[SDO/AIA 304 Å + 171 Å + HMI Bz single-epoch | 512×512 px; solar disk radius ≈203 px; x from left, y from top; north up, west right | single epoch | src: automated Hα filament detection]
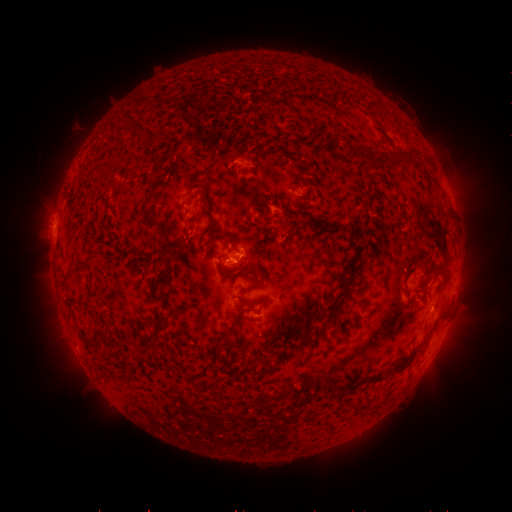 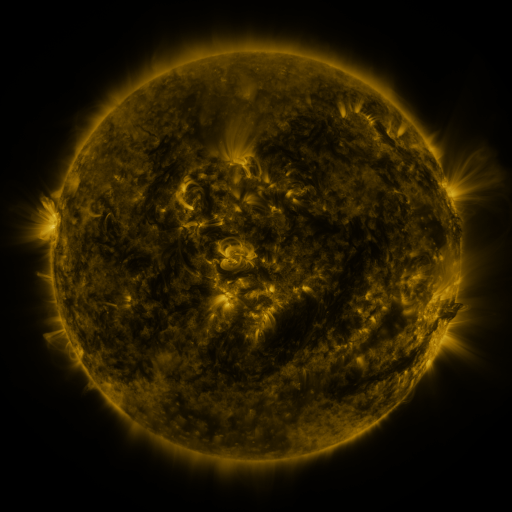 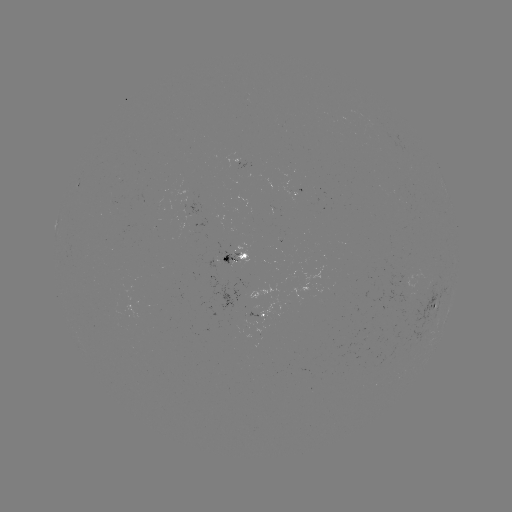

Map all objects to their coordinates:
filament: [130, 117, 162, 141]
filament: [390, 156, 407, 169]
filament: [398, 189, 407, 200]
filament: [143, 212, 158, 232]
filament: [329, 222, 344, 232]
filament: [344, 240, 361, 291]
filament: [240, 252, 248, 260]
filament: [410, 253, 428, 263]
filament: [221, 254, 230, 262]
filament: [60, 274, 72, 285]
filament: [238, 296, 250, 306]
filament: [158, 308, 184, 323]
filament: [301, 327, 314, 340]
filament: [93, 328, 104, 339]
filament: [394, 363, 406, 372]
filament: [360, 375, 384, 383]
